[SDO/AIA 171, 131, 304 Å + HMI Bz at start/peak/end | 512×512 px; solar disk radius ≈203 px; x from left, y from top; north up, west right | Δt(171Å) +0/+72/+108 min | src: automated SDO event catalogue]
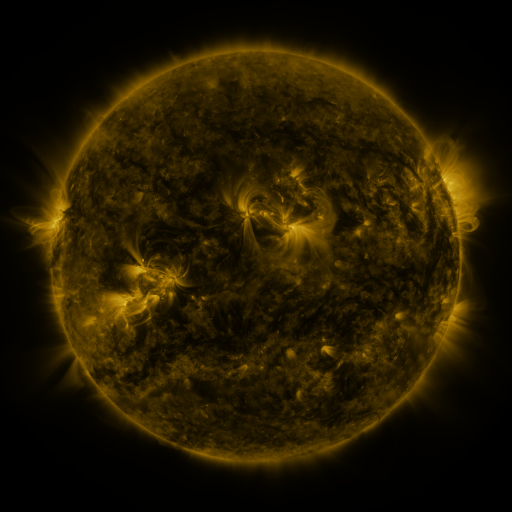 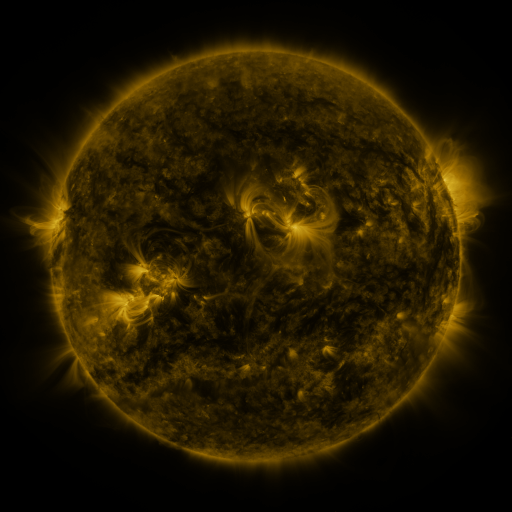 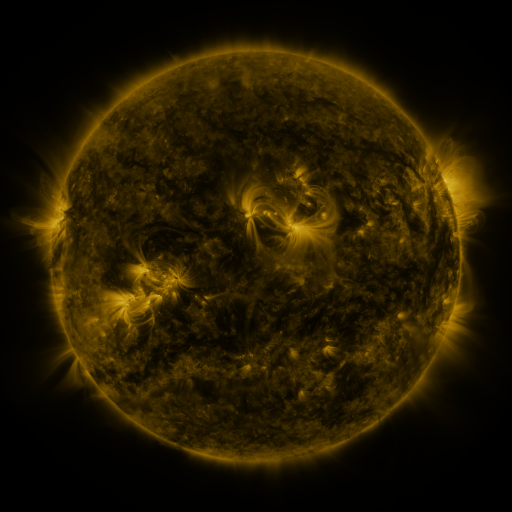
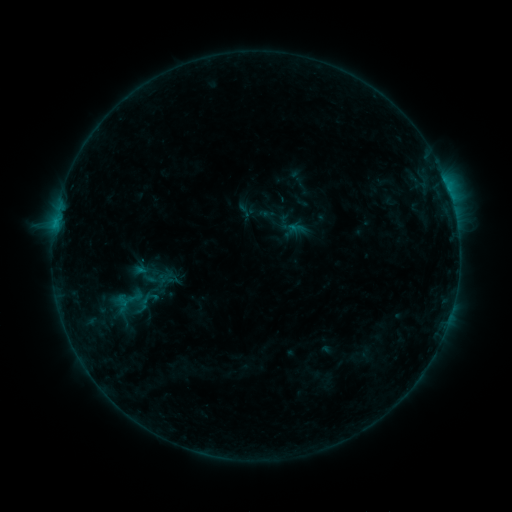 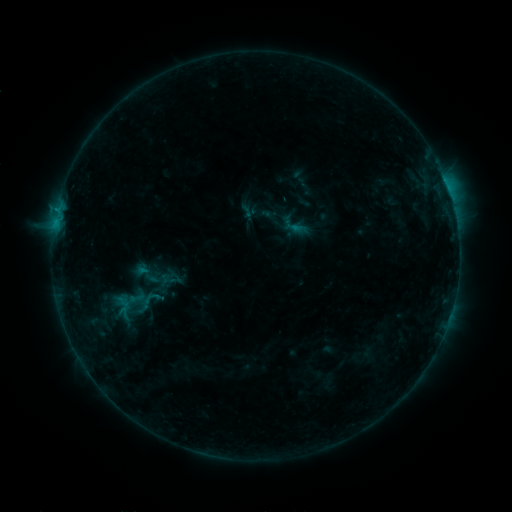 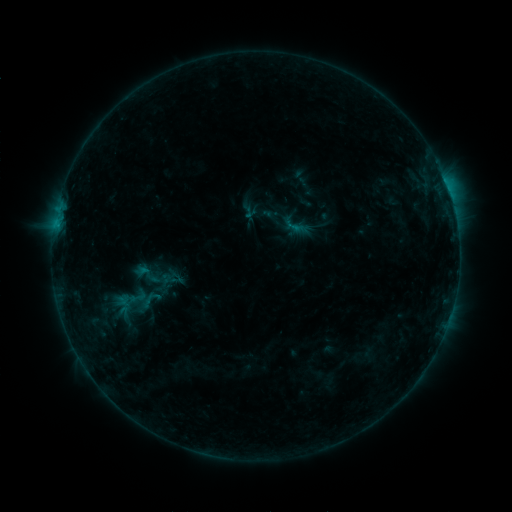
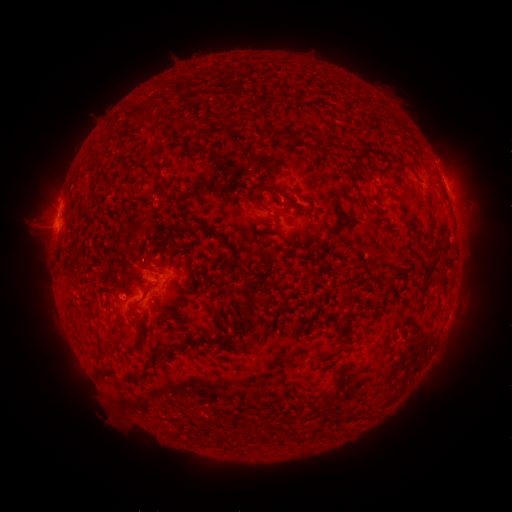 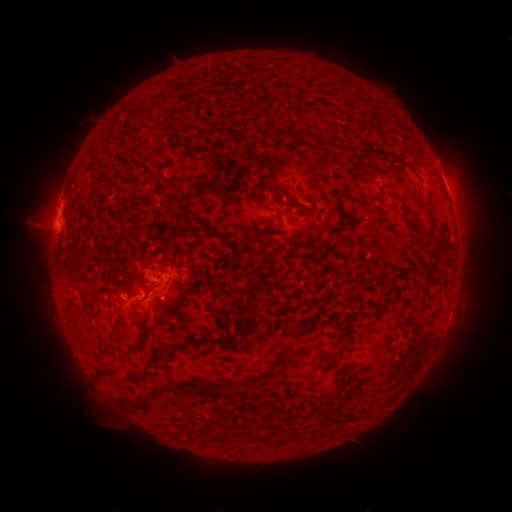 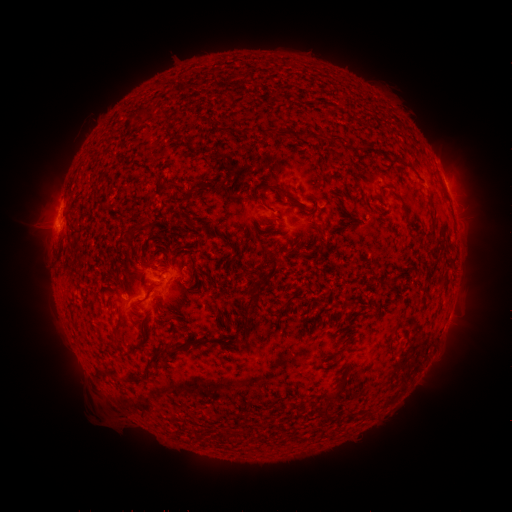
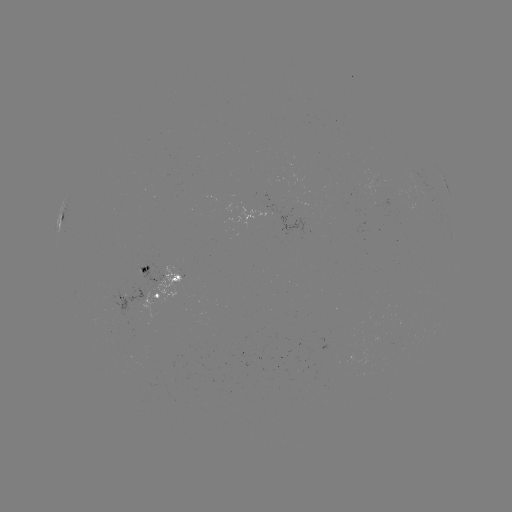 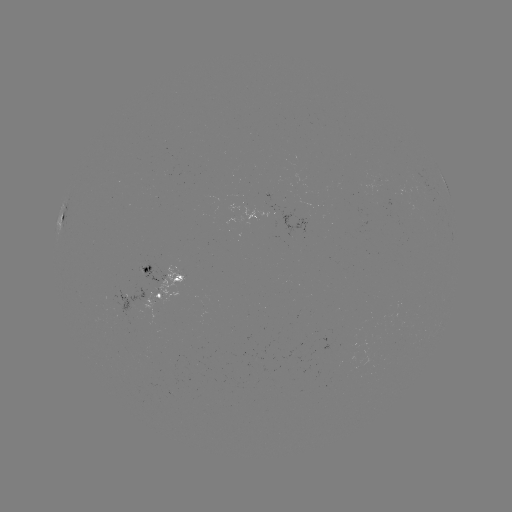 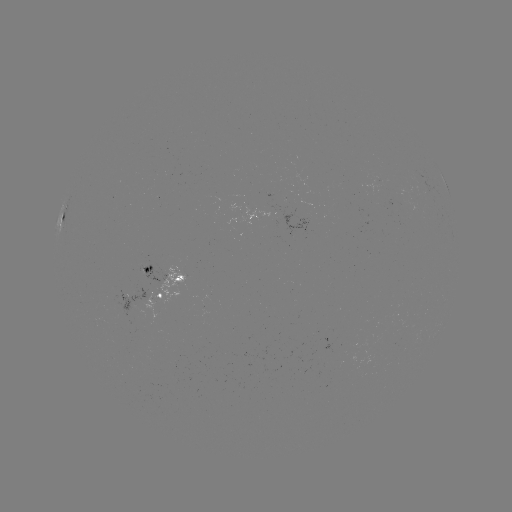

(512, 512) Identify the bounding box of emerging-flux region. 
[149, 264, 185, 305].